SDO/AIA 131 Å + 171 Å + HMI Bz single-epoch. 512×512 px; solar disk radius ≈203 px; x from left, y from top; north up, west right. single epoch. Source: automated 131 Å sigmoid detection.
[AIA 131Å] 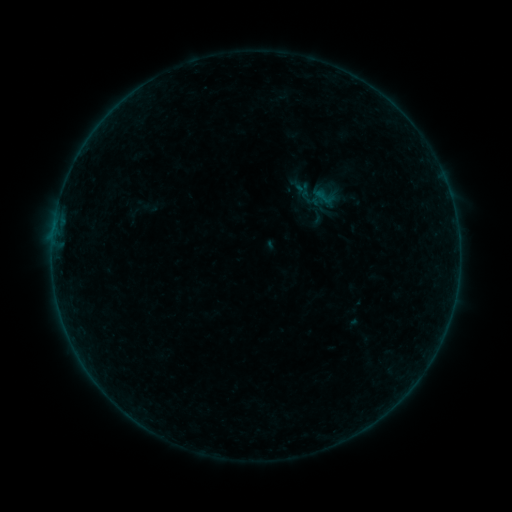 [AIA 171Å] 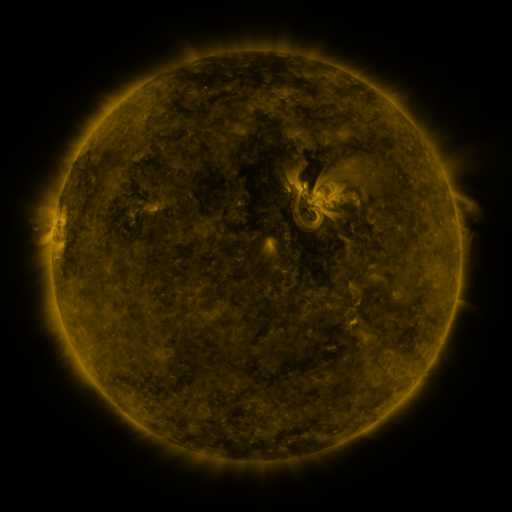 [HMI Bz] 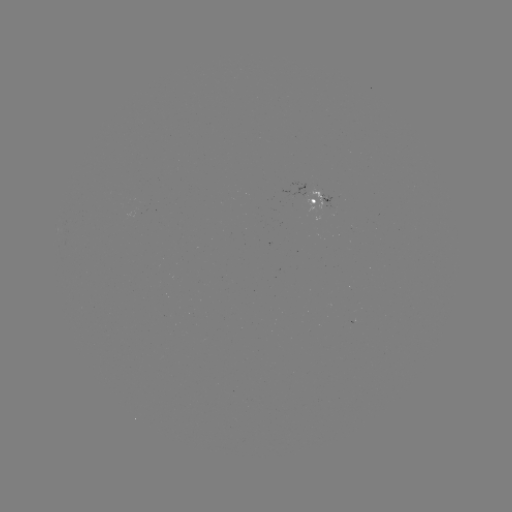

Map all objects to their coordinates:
sigmoid: [310, 183, 341, 208]
sigmoid: [304, 207, 327, 227]
